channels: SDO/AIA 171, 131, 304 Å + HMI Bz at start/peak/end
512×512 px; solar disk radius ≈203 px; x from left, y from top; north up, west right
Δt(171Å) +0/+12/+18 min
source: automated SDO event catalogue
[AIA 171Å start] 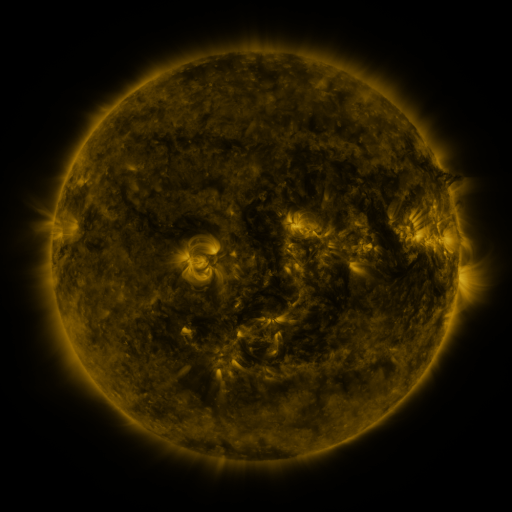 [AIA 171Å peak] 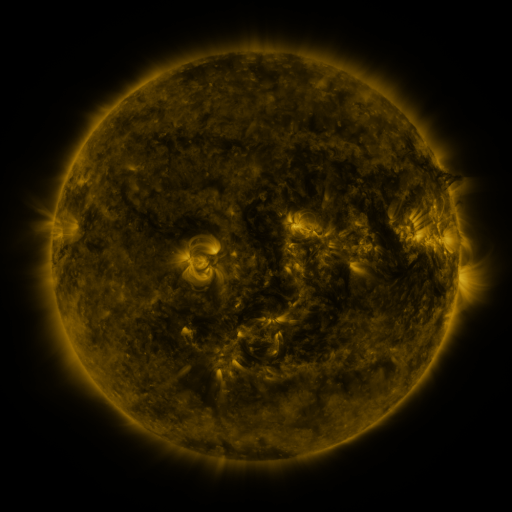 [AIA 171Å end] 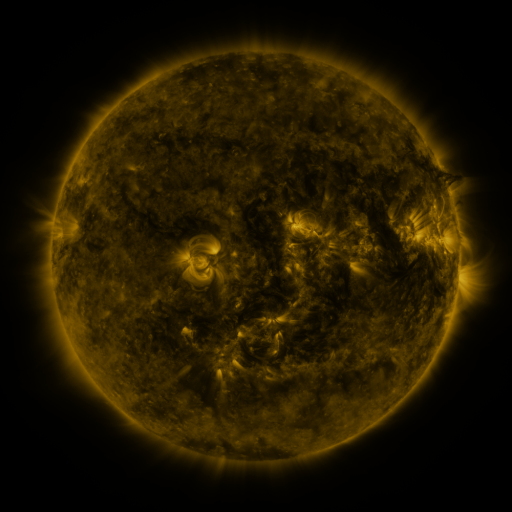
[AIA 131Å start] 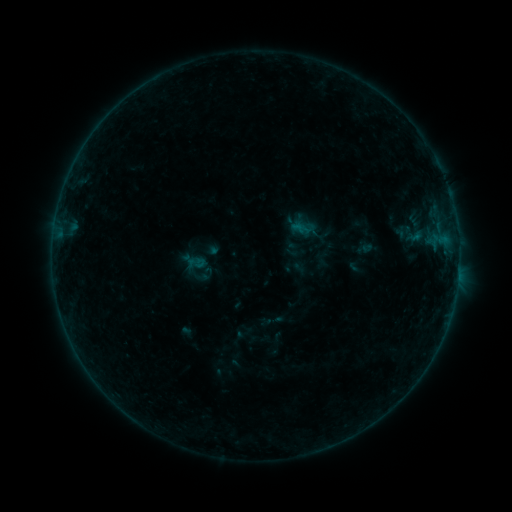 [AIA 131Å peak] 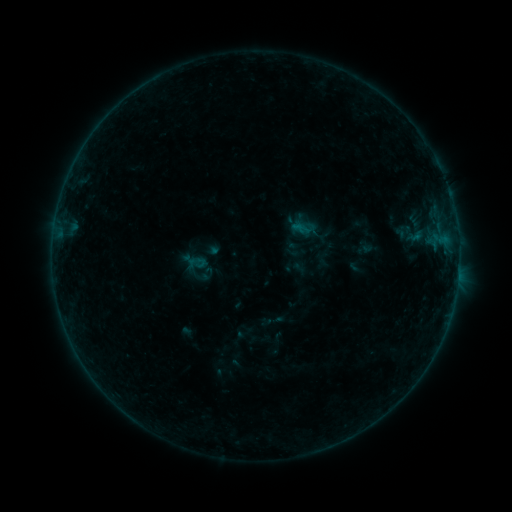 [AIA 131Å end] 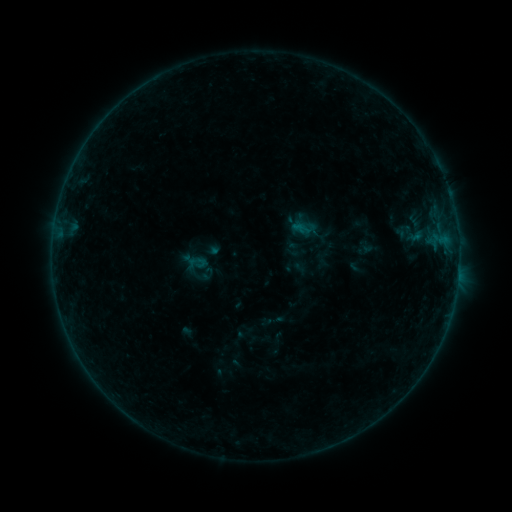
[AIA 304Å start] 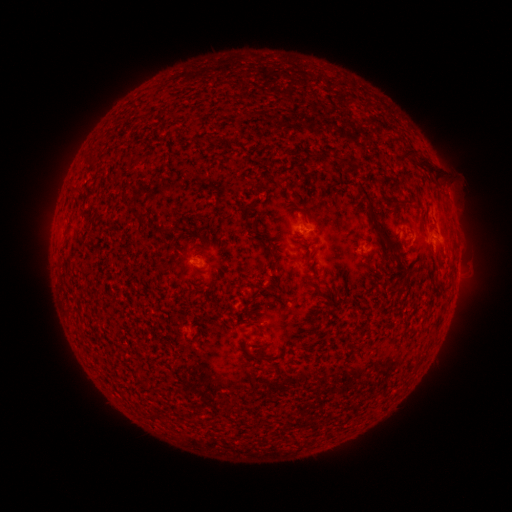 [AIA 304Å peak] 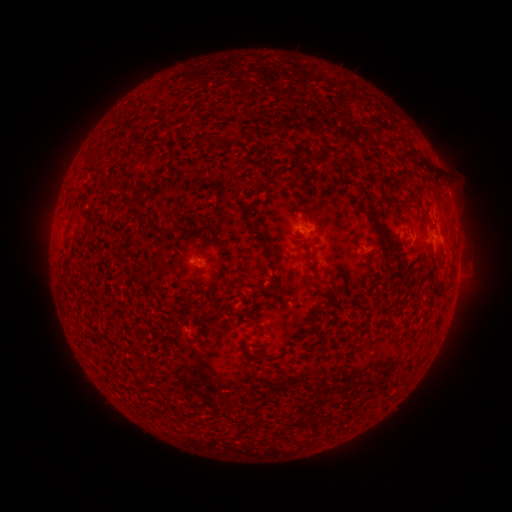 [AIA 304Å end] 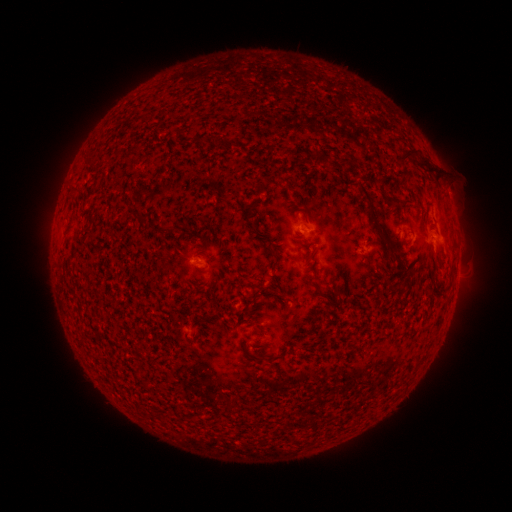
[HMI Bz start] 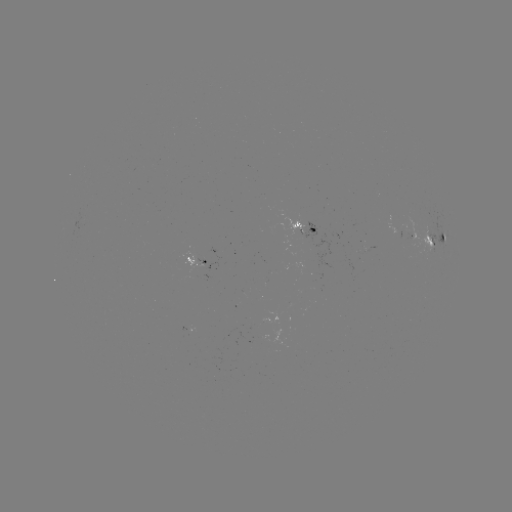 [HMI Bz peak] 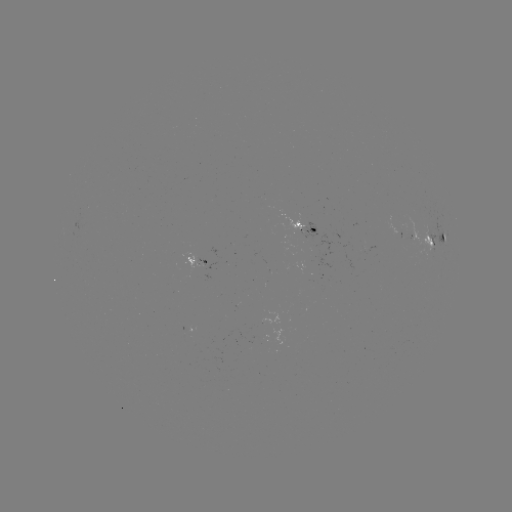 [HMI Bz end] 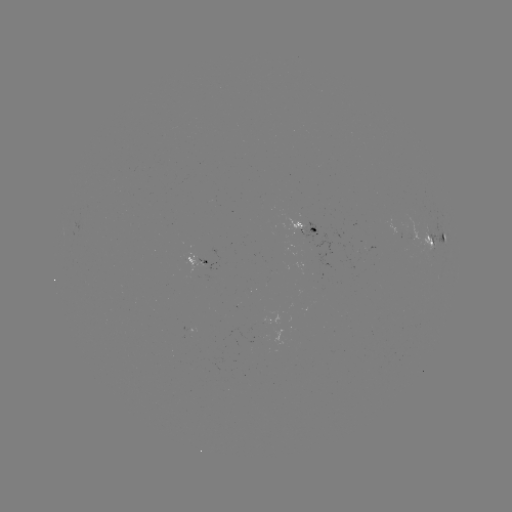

no classed flare was catalogued and no EUV brightening was flagged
